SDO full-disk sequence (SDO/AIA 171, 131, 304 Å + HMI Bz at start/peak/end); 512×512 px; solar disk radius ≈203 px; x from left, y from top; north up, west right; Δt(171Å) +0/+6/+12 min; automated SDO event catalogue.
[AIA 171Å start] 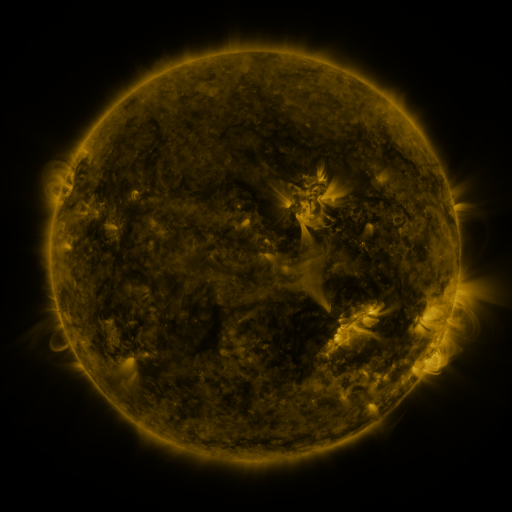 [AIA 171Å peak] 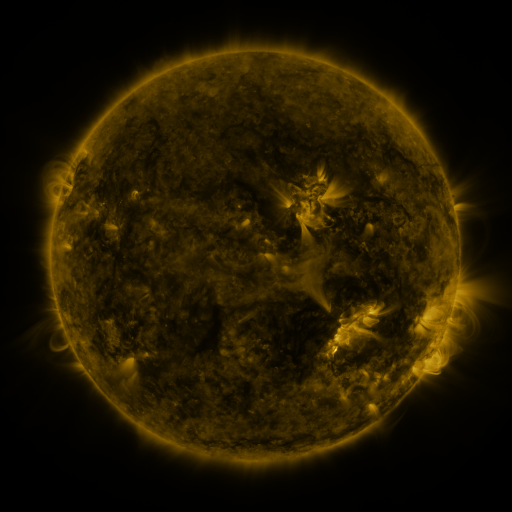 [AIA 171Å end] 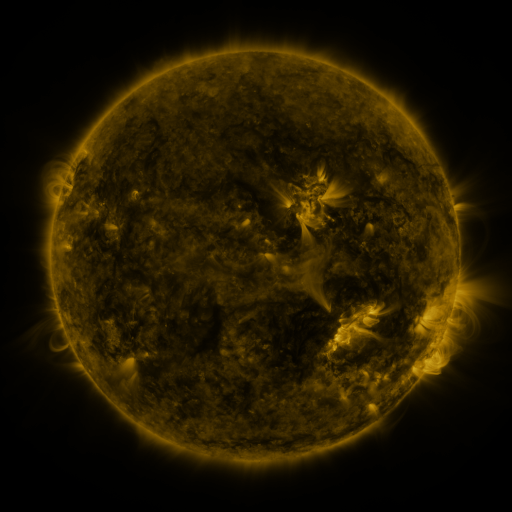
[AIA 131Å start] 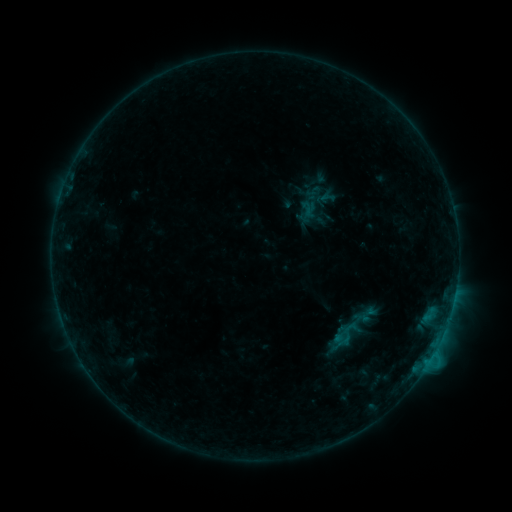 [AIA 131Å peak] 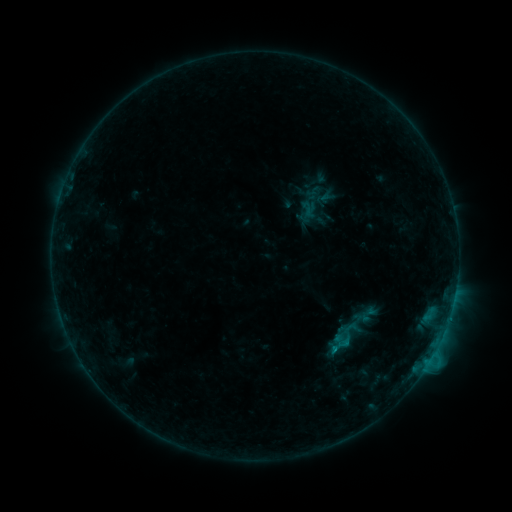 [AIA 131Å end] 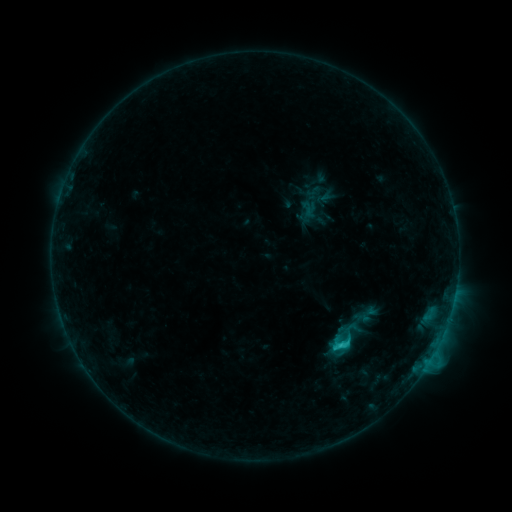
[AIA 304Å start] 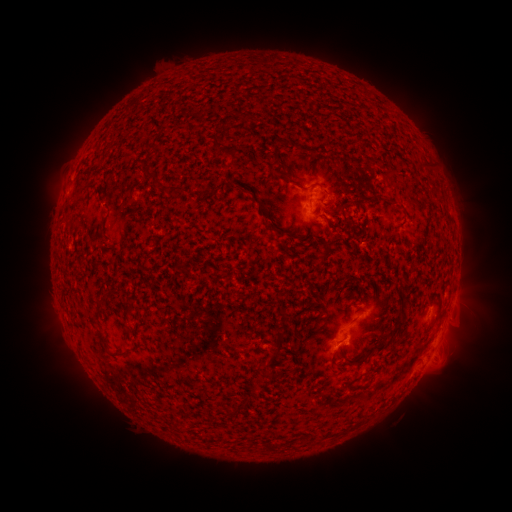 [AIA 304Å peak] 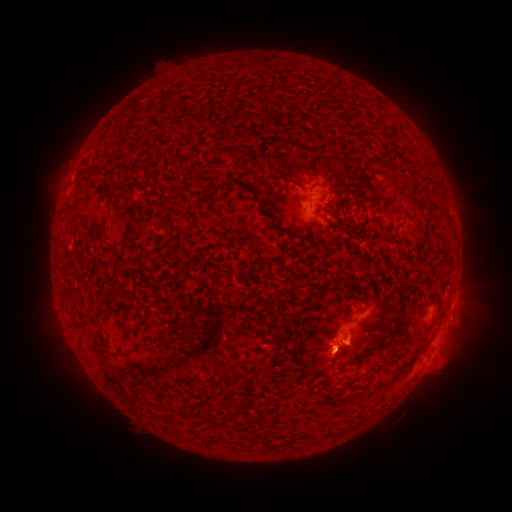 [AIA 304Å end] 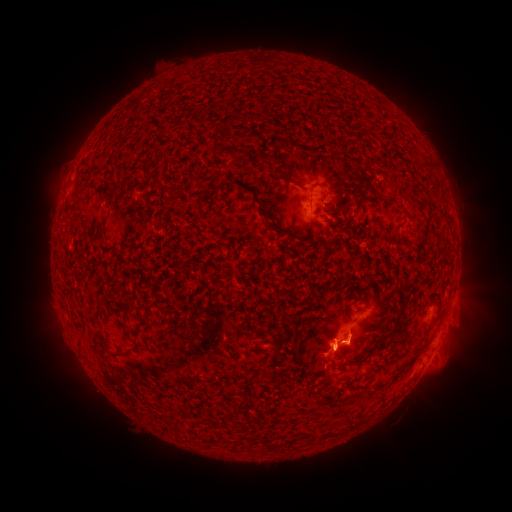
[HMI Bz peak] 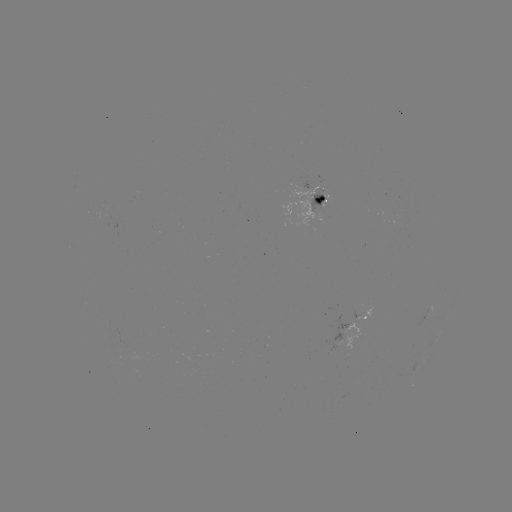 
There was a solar eruption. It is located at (333, 347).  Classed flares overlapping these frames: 1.